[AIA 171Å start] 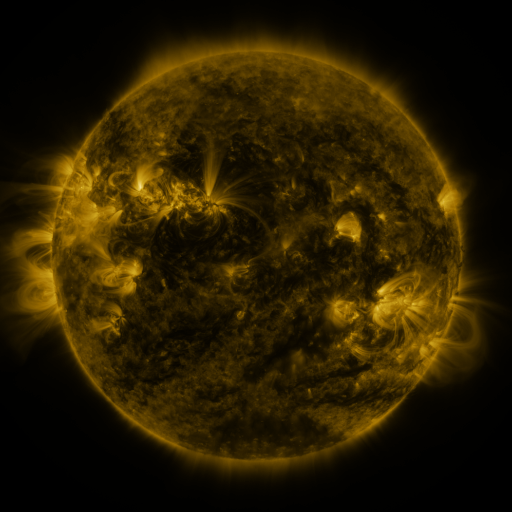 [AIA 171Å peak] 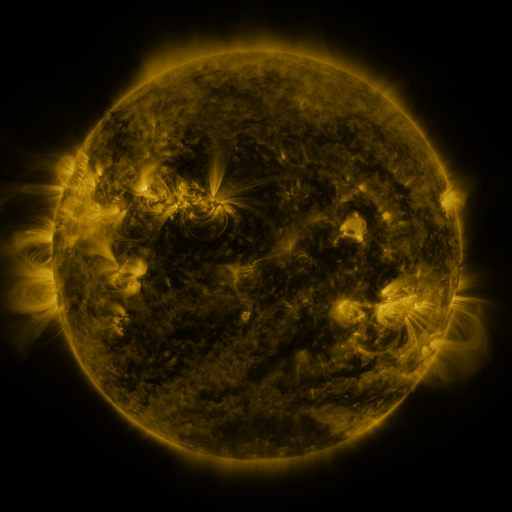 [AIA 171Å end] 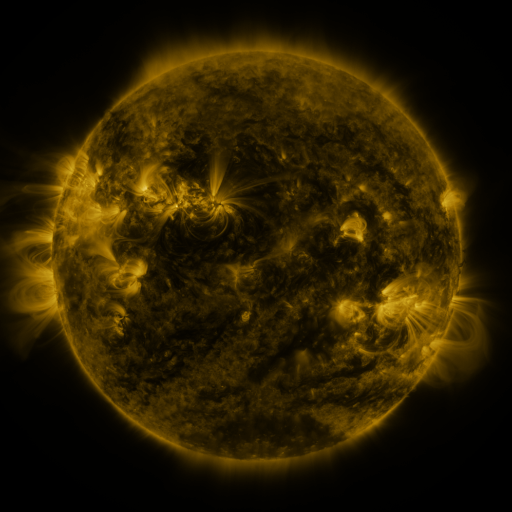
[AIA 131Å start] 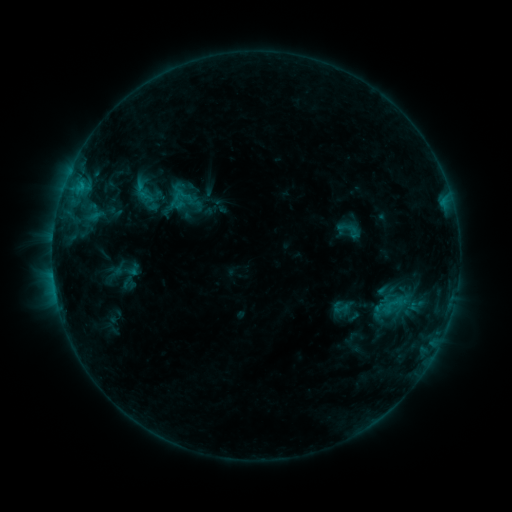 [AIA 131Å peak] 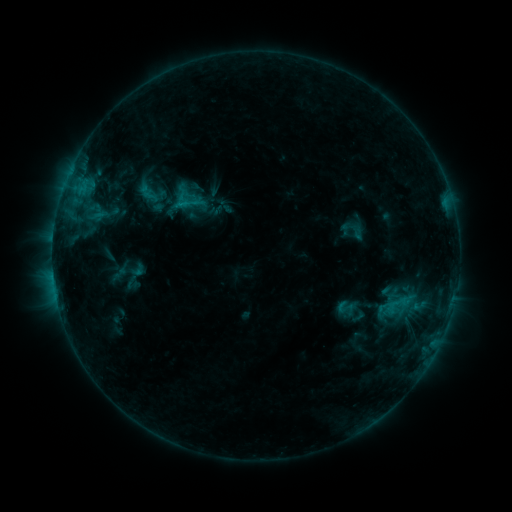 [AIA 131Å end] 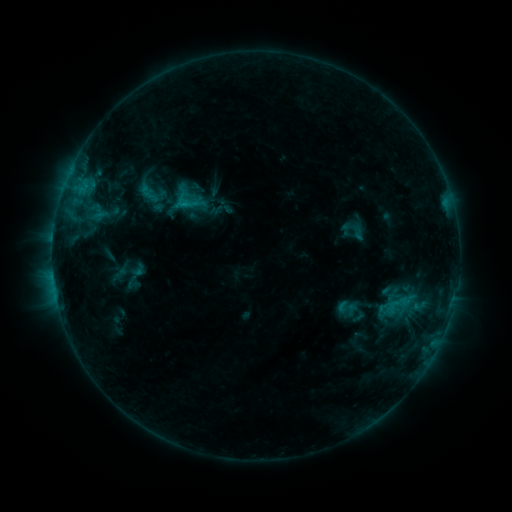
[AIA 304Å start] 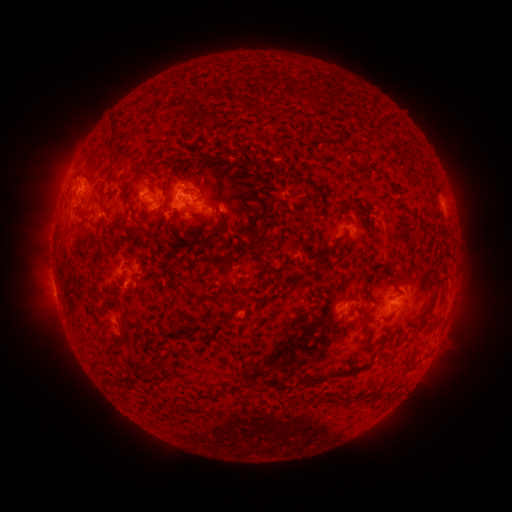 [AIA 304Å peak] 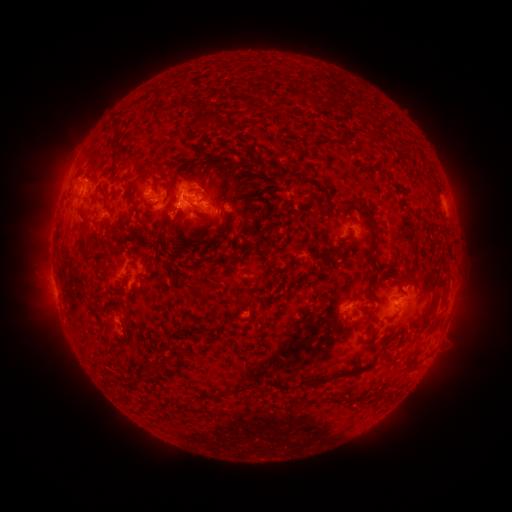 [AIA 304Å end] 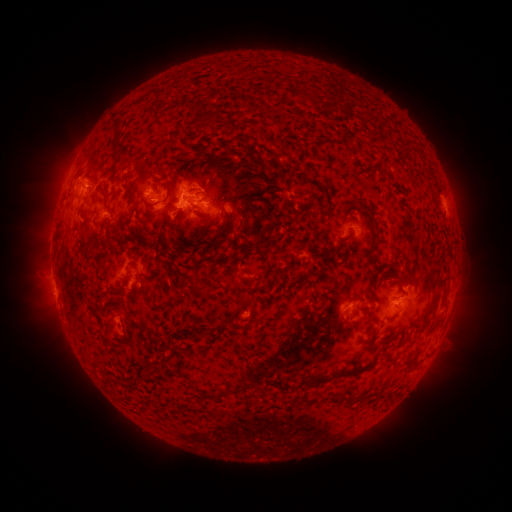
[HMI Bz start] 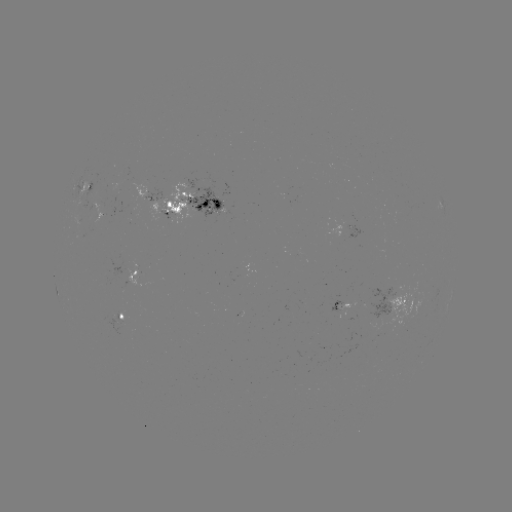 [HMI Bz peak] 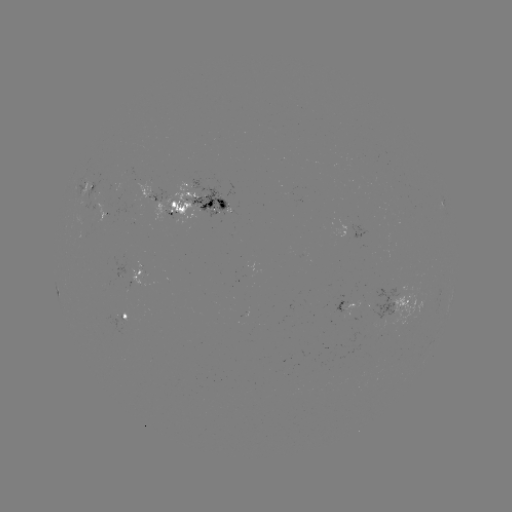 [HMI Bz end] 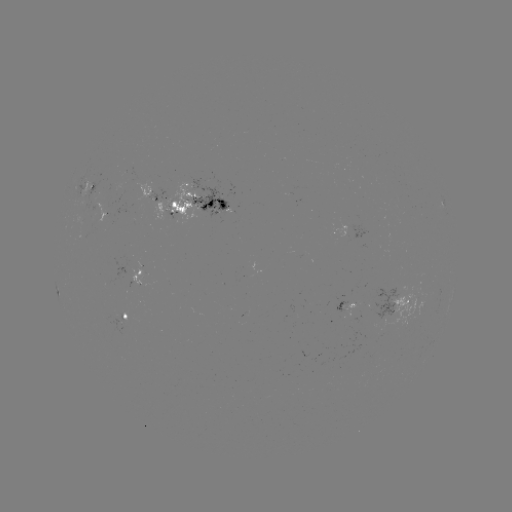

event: emerging-flux region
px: (94, 191)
